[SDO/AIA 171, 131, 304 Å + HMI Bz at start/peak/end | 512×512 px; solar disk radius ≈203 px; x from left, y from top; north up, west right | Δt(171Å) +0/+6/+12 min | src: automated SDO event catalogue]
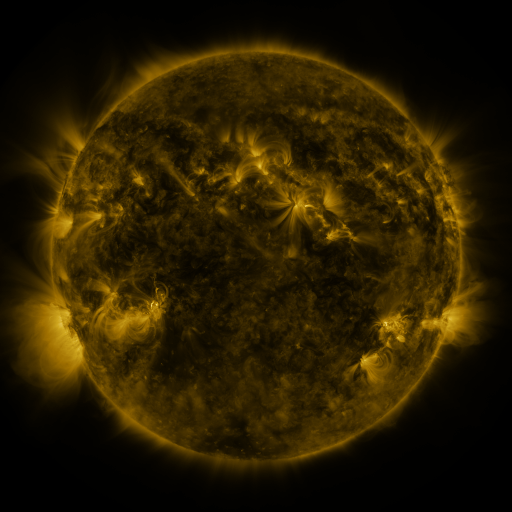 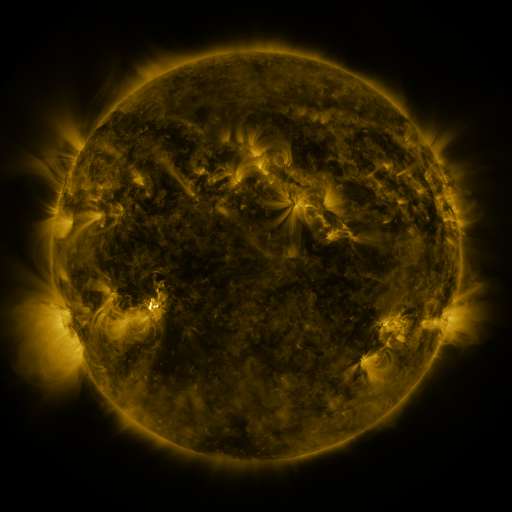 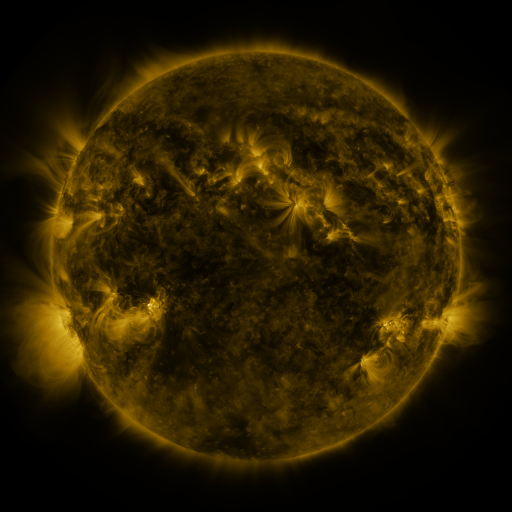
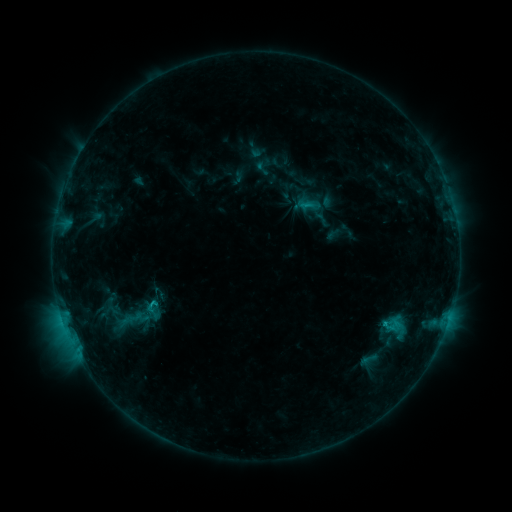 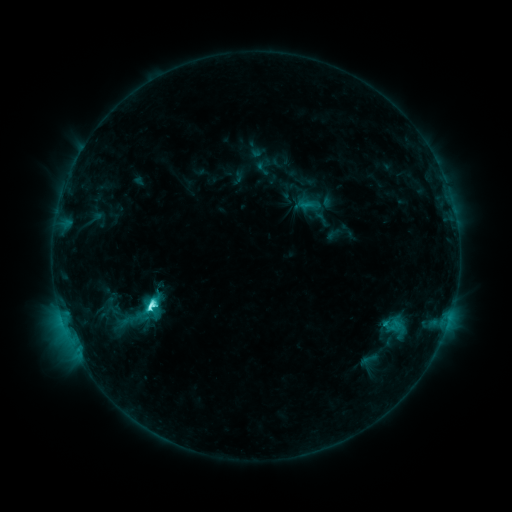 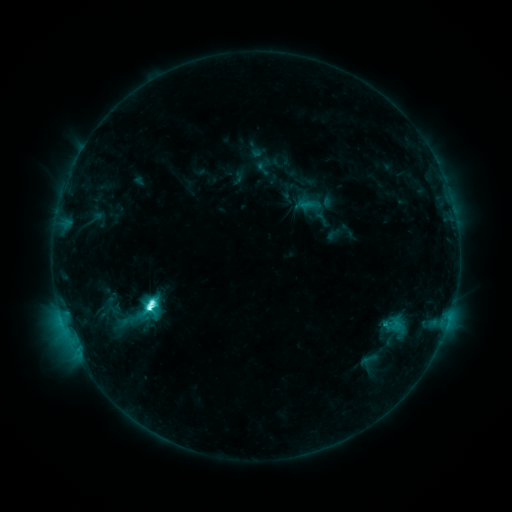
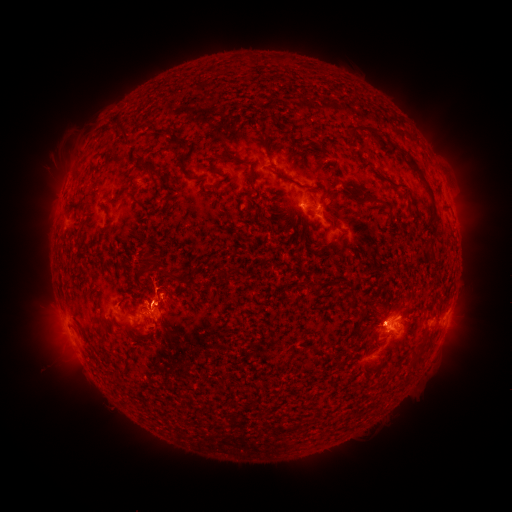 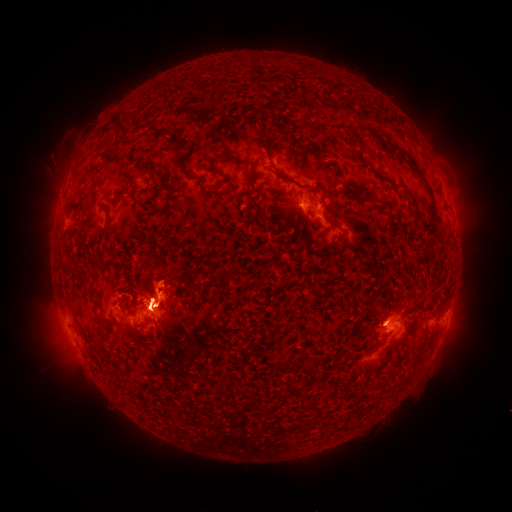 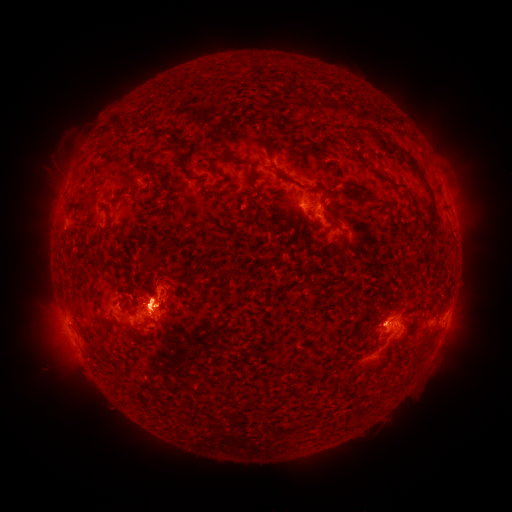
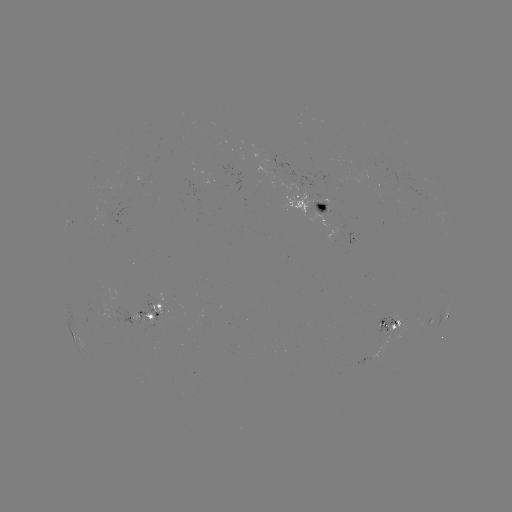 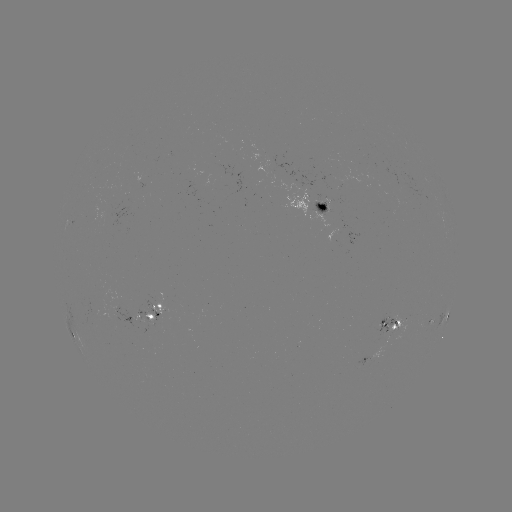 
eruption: [28, 269, 90, 385]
